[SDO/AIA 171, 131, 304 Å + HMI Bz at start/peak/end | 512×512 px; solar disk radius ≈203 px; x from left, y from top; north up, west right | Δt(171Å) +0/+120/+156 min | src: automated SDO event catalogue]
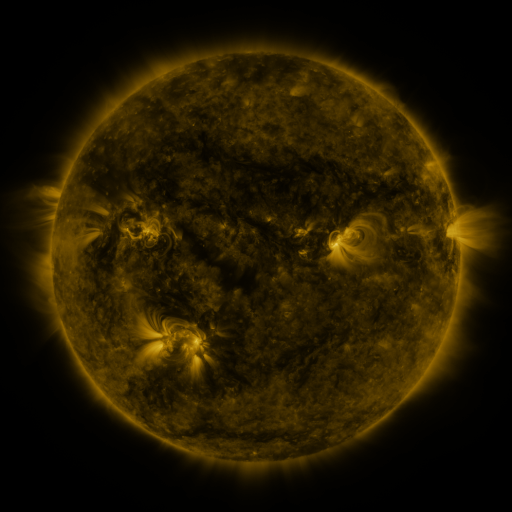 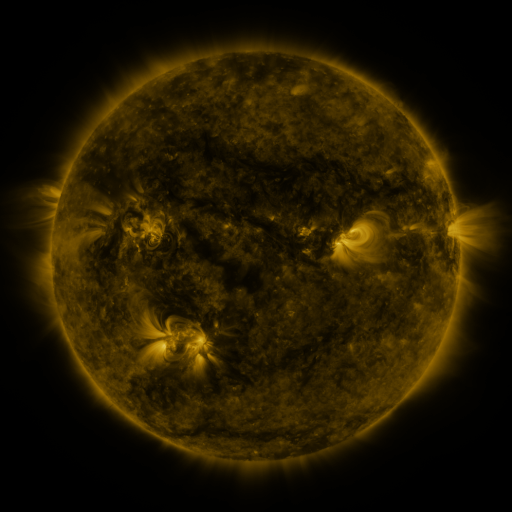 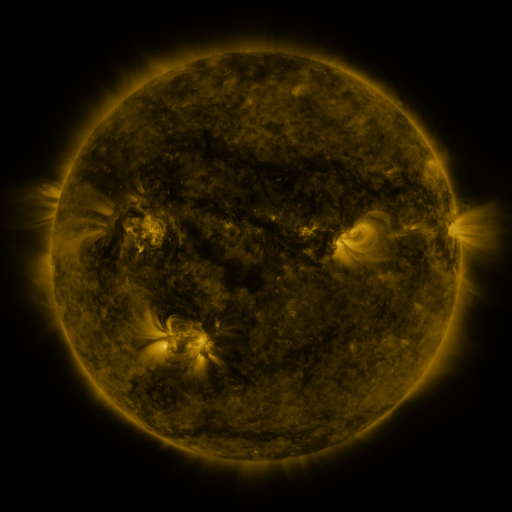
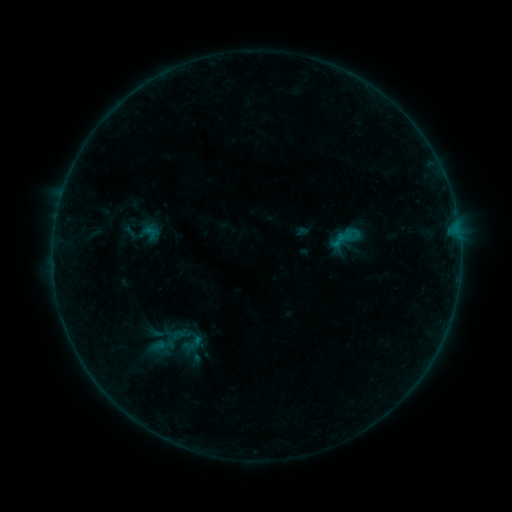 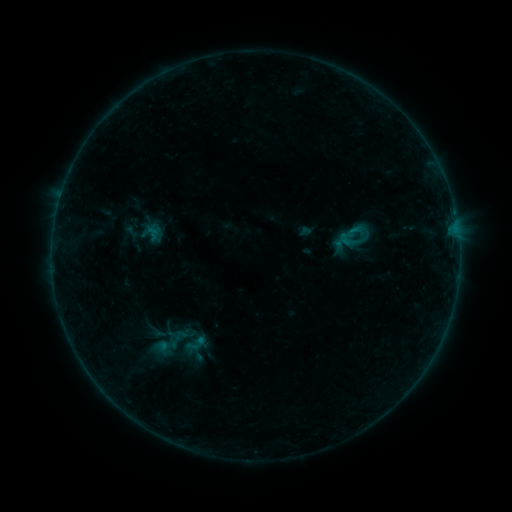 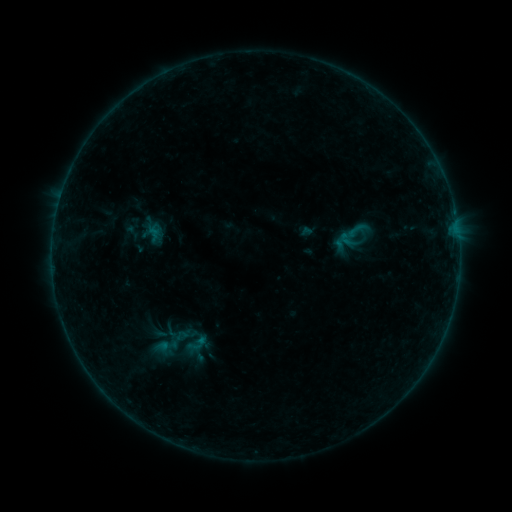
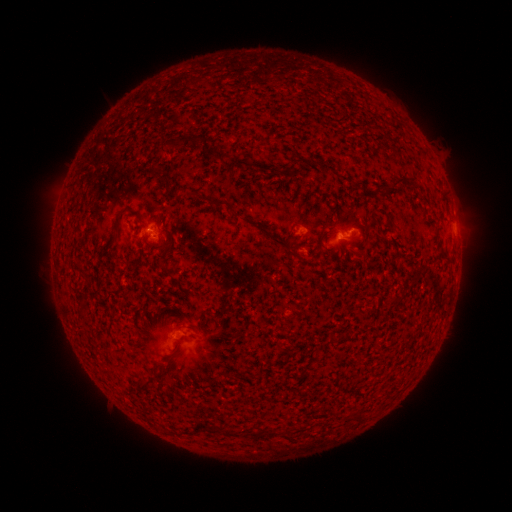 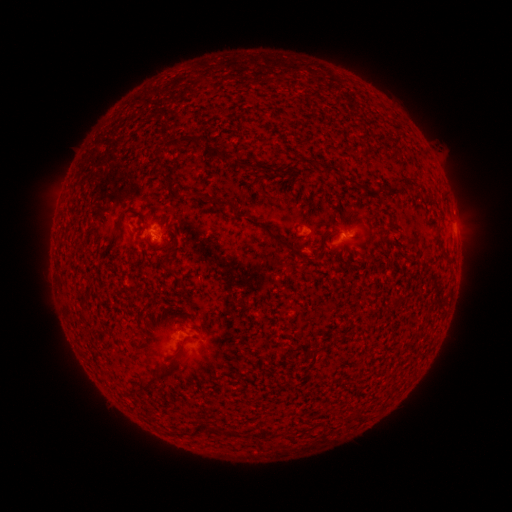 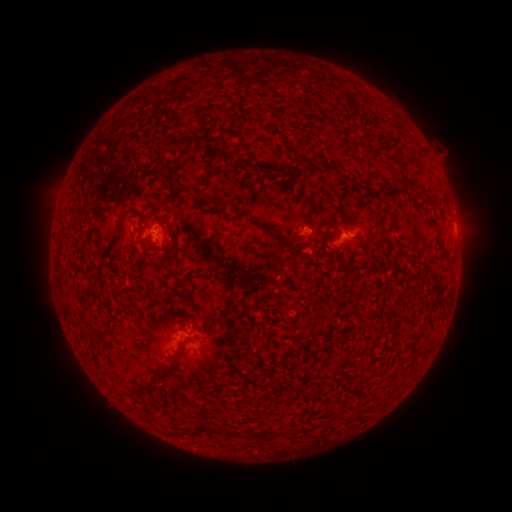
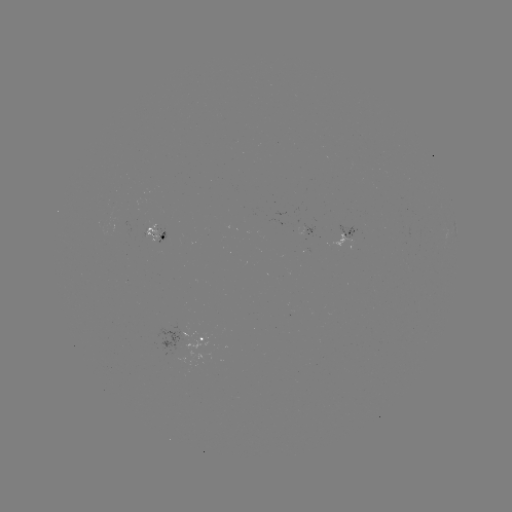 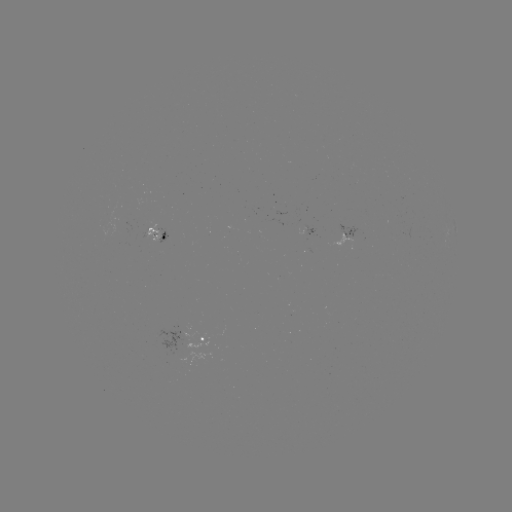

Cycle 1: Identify emerging-flux region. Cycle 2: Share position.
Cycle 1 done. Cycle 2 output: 303,229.